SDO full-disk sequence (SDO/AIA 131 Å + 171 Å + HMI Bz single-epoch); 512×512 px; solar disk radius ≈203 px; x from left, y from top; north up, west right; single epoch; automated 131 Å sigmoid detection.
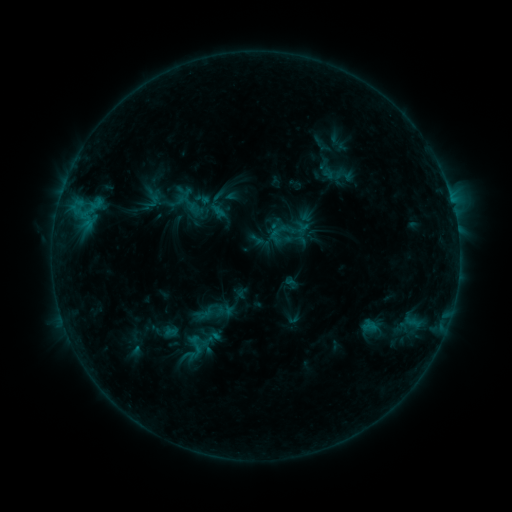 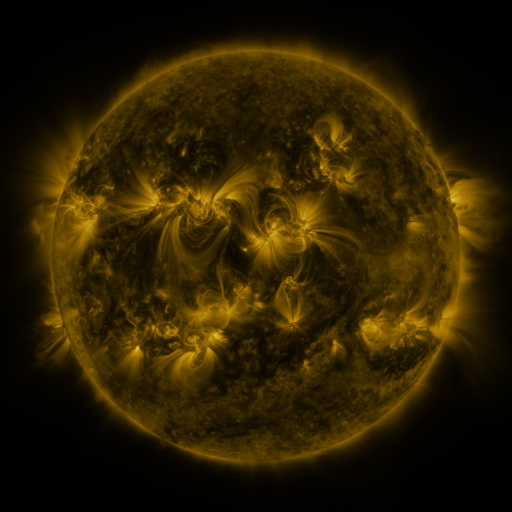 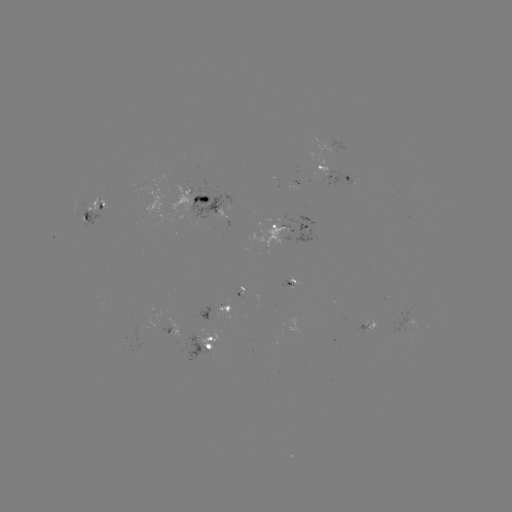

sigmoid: [329, 164, 359, 187]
